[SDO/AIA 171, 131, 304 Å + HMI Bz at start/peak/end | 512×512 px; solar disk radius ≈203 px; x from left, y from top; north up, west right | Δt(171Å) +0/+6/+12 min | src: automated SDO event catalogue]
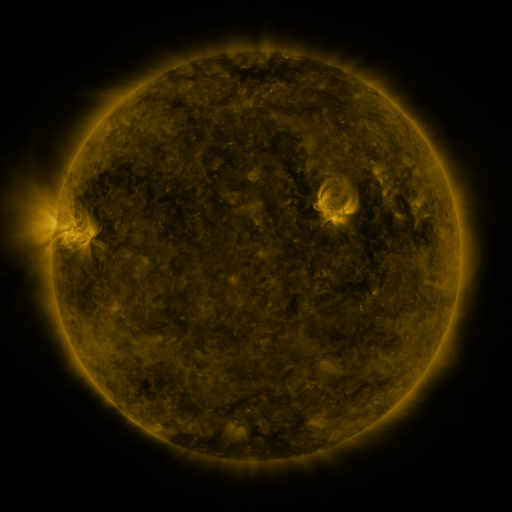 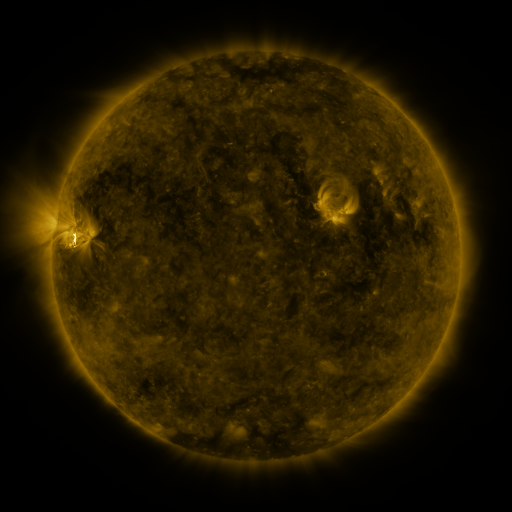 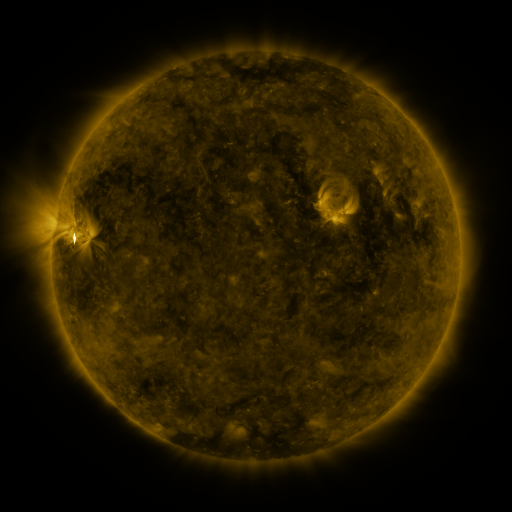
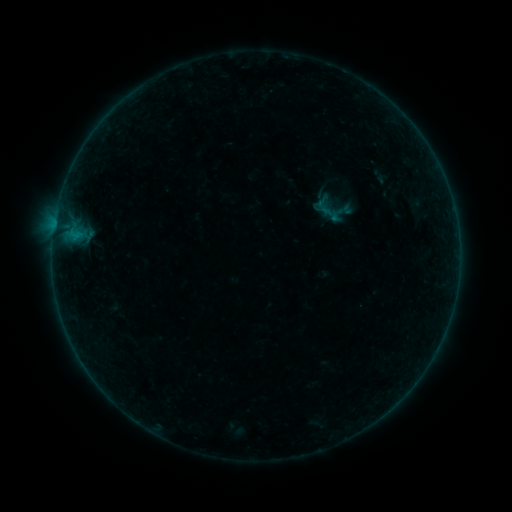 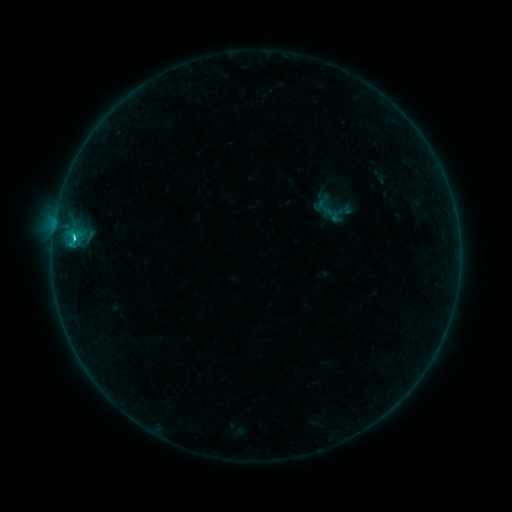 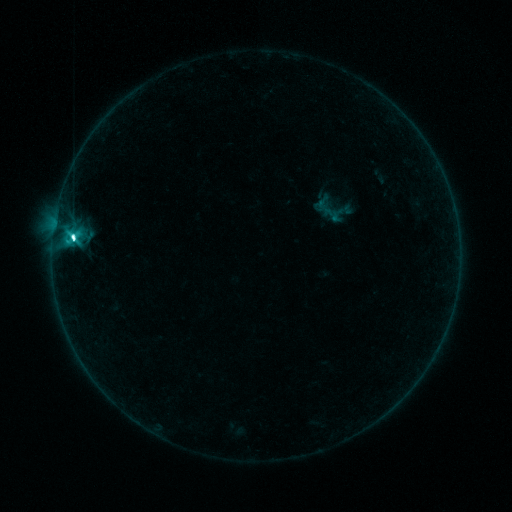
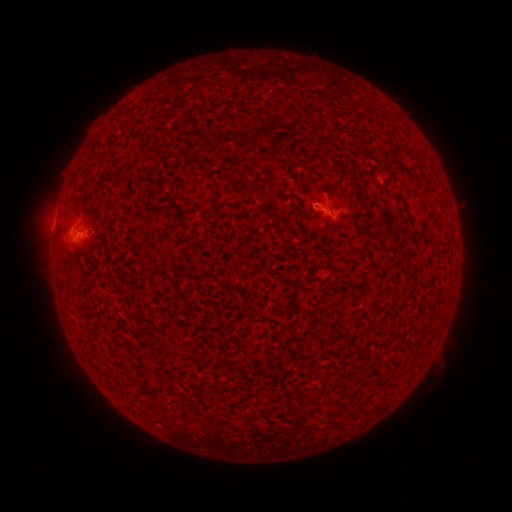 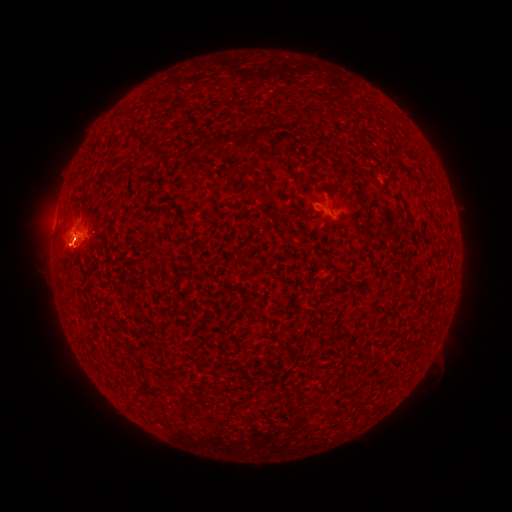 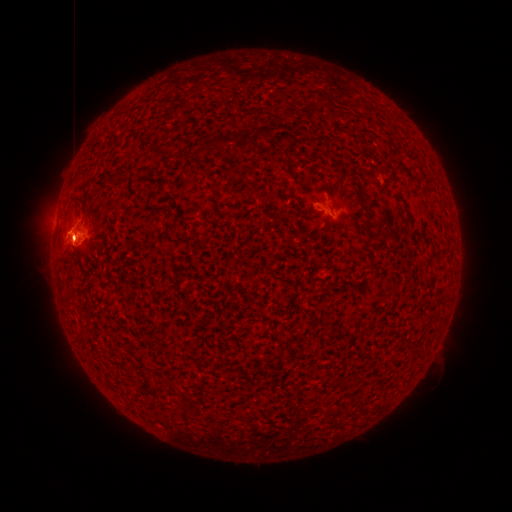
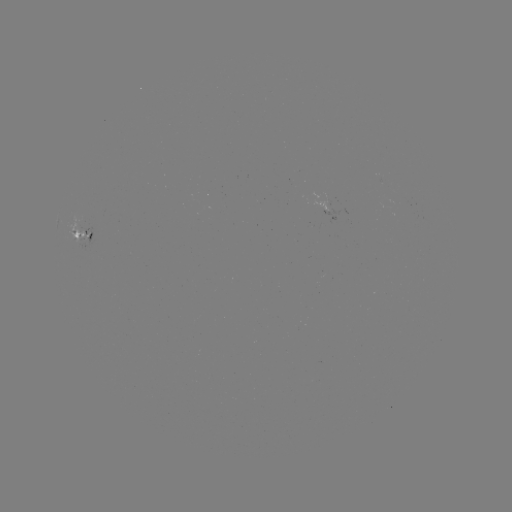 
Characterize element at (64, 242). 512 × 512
eruption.